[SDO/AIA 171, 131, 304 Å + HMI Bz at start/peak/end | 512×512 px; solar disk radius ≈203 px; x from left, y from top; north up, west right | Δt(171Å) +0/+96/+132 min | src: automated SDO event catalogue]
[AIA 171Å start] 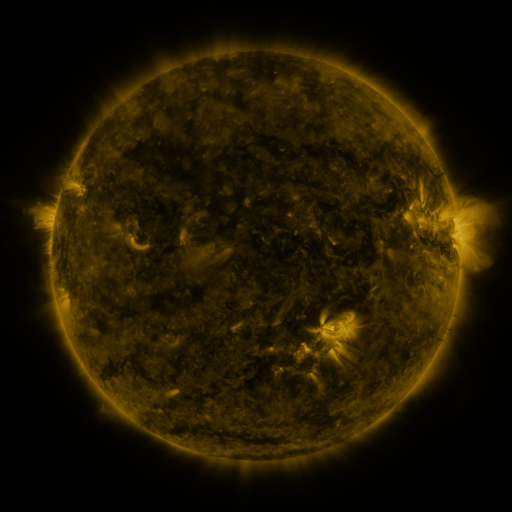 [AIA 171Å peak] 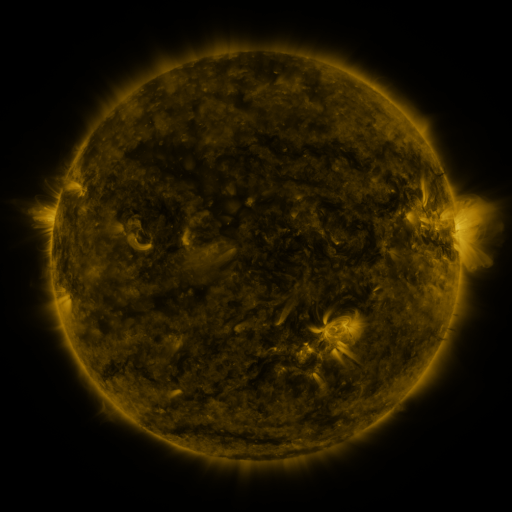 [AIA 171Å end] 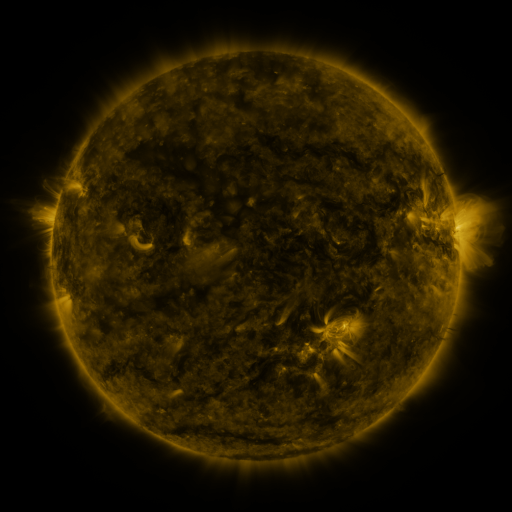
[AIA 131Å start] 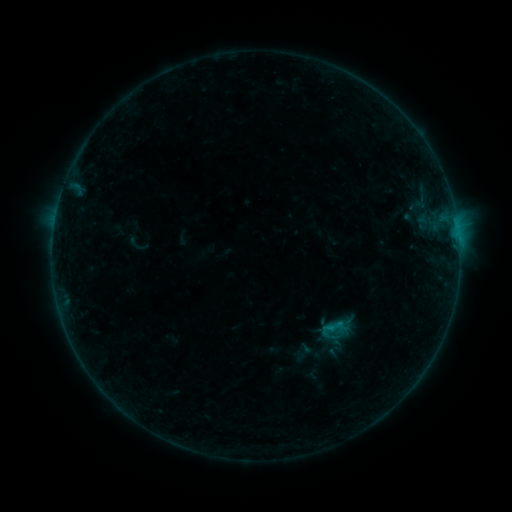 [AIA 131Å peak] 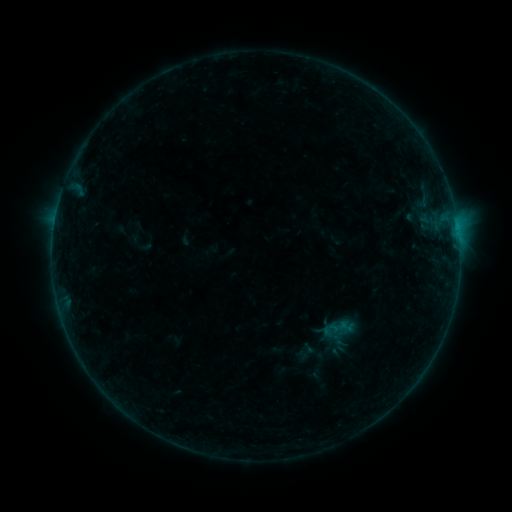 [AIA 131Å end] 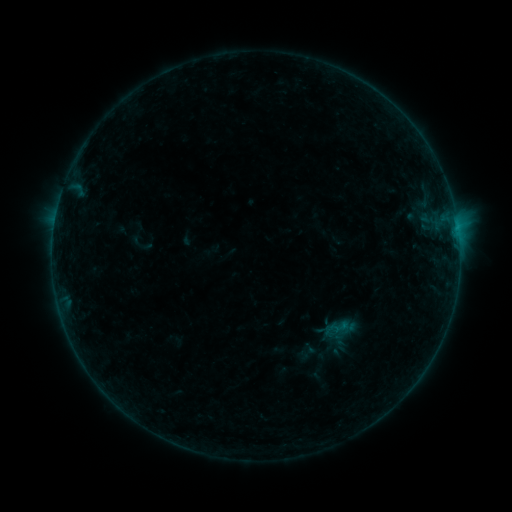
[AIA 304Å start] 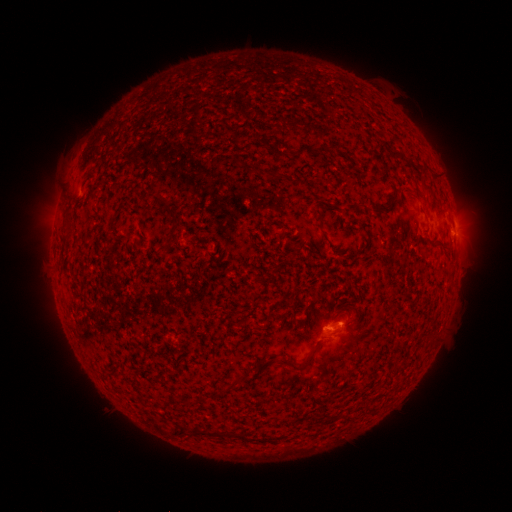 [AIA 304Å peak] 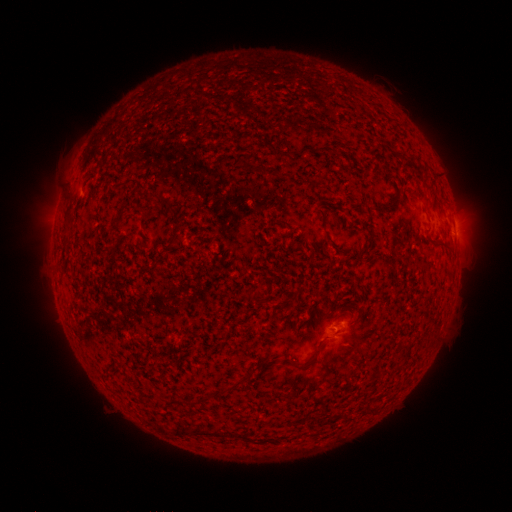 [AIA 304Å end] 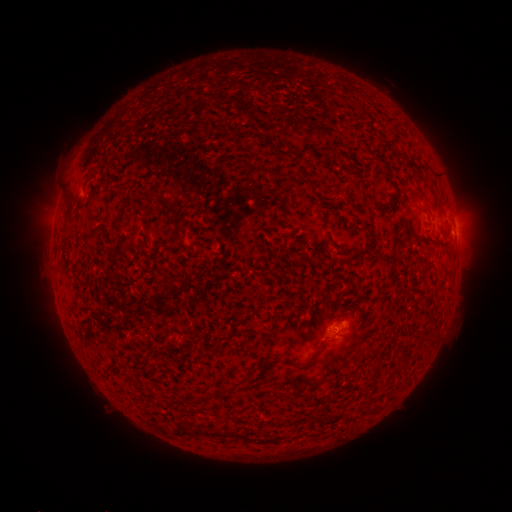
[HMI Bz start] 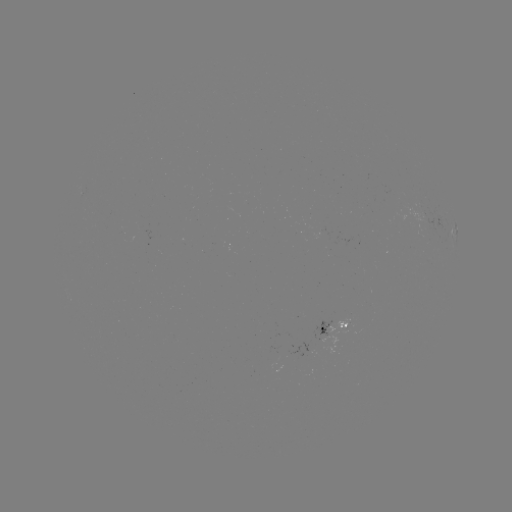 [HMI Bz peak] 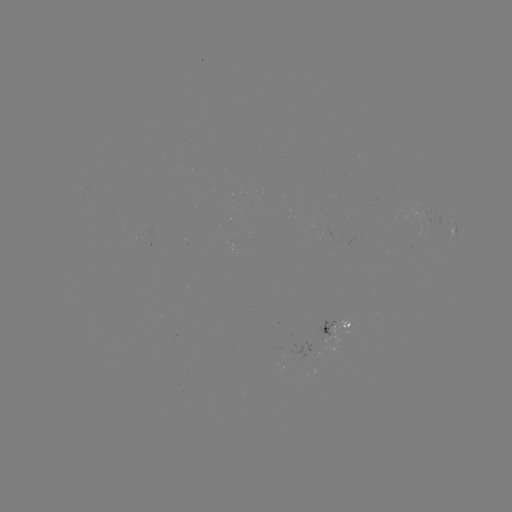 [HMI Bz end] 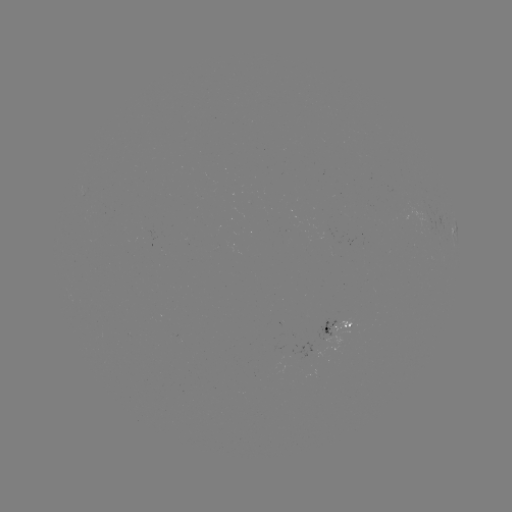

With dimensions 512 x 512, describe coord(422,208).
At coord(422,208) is emerging-flux region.